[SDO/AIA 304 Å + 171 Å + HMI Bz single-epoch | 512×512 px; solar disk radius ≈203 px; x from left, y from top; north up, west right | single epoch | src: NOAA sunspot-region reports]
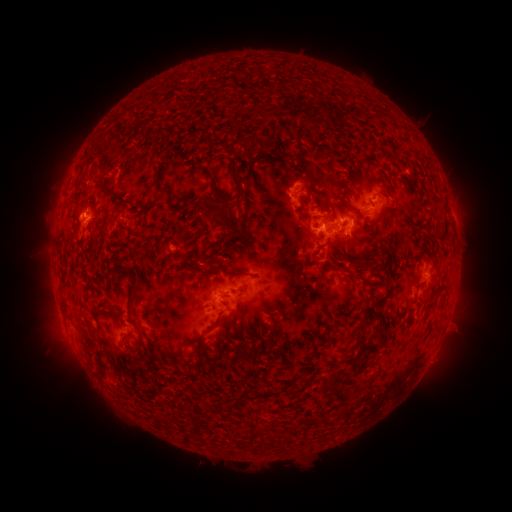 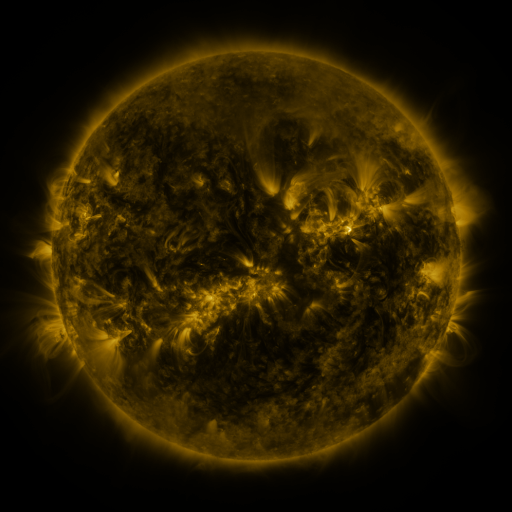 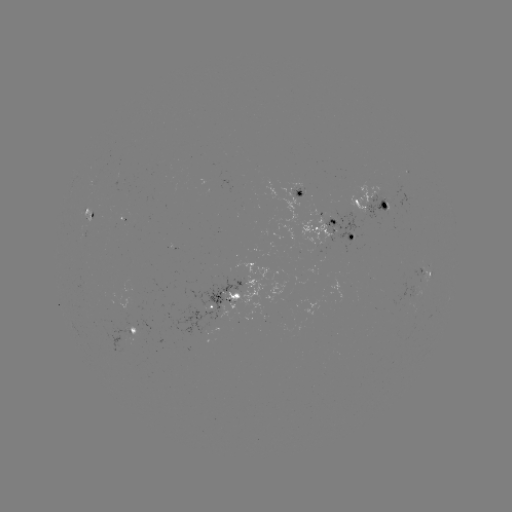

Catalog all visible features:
spotted active region: (300, 193)
spotted active region: (373, 205)
spotted active region: (335, 229)
spotted active region: (426, 268)
spotted active region: (256, 281)
spotted active region: (228, 299)
spotted active region: (137, 335)
